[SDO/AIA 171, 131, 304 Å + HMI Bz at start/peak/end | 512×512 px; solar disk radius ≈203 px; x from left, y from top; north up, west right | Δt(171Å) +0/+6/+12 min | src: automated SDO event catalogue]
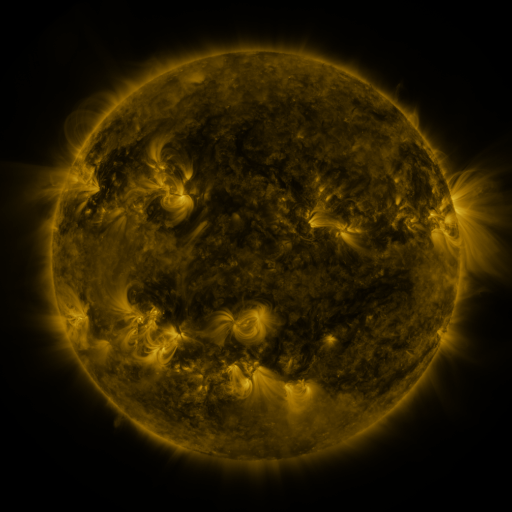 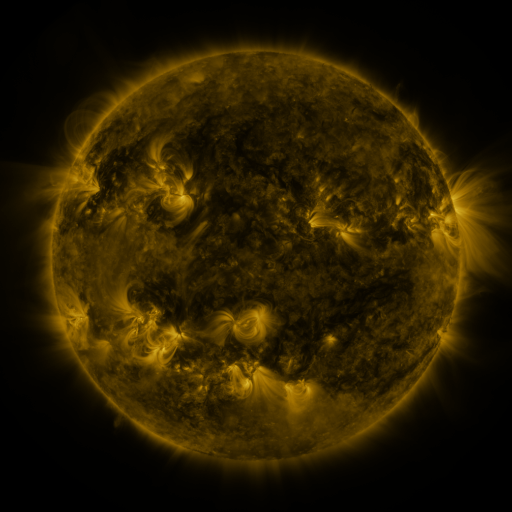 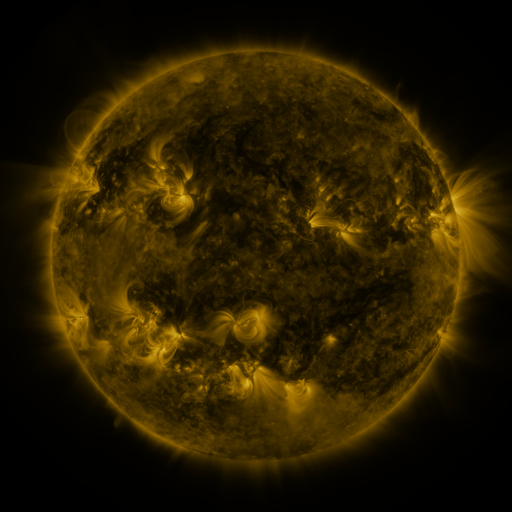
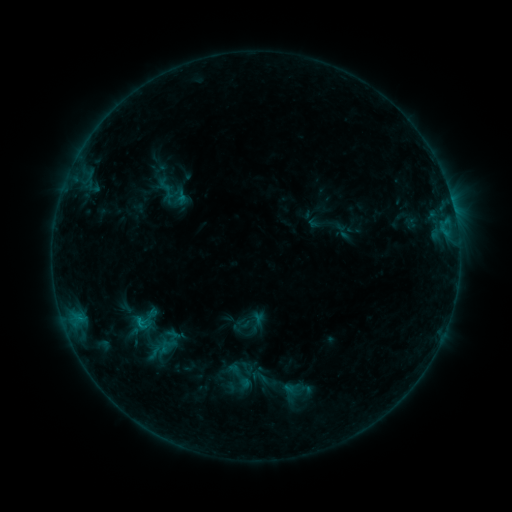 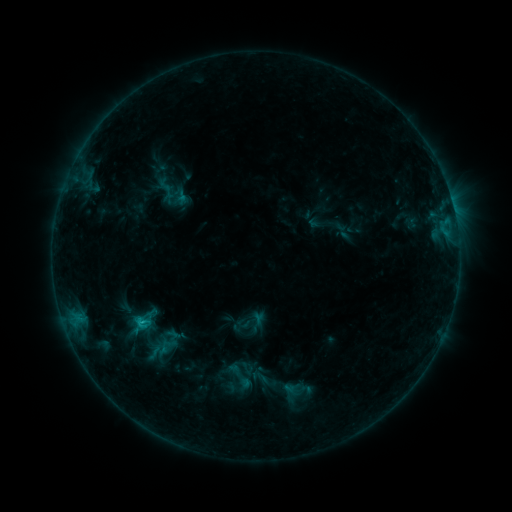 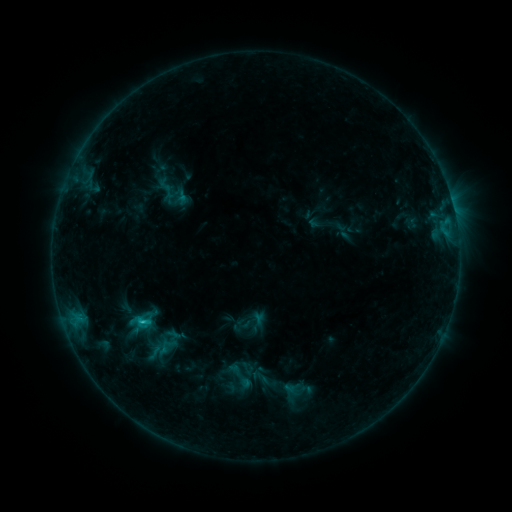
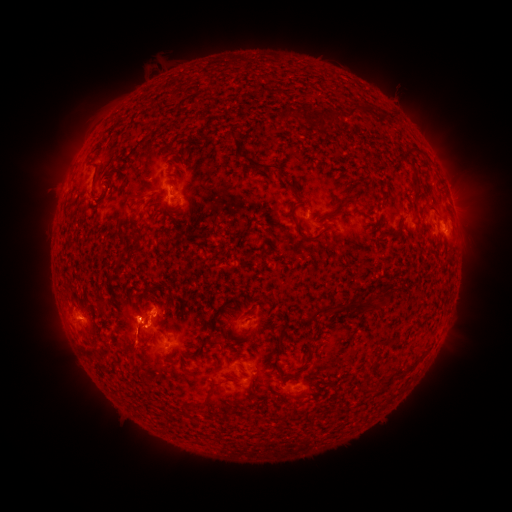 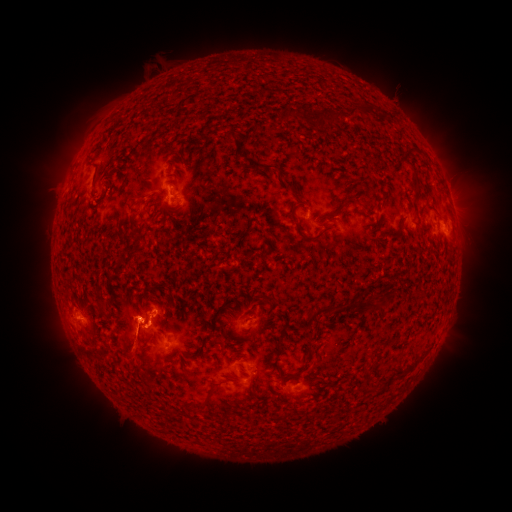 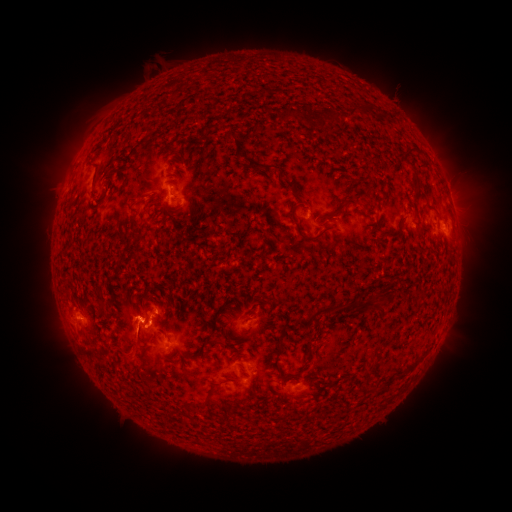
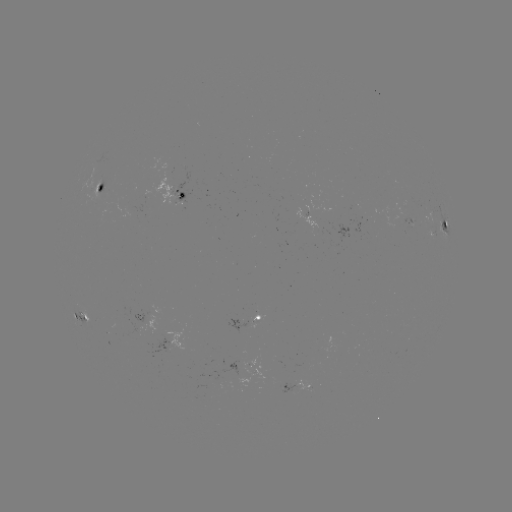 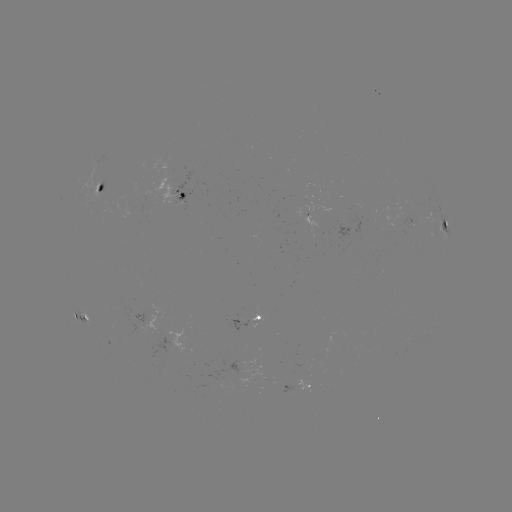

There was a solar eruption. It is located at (135, 349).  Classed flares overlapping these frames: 1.